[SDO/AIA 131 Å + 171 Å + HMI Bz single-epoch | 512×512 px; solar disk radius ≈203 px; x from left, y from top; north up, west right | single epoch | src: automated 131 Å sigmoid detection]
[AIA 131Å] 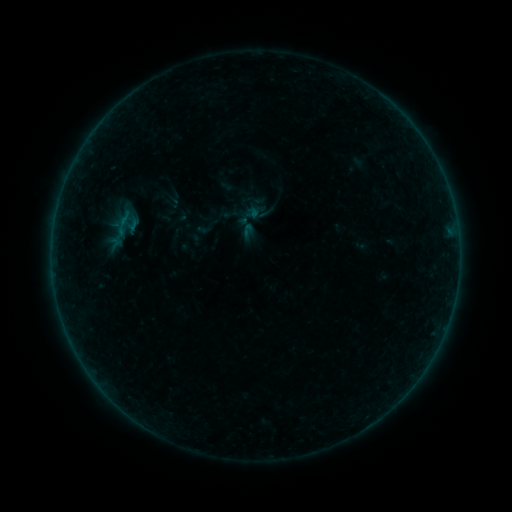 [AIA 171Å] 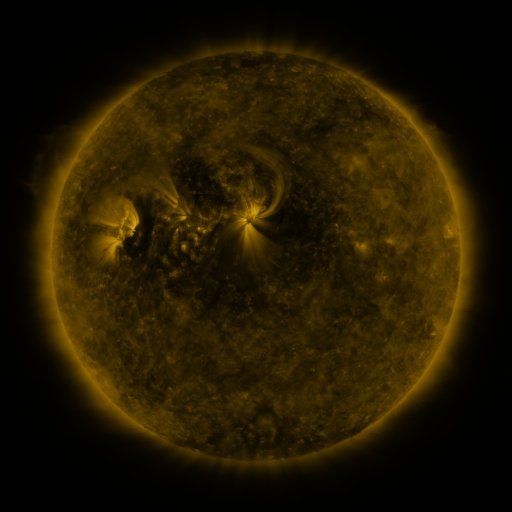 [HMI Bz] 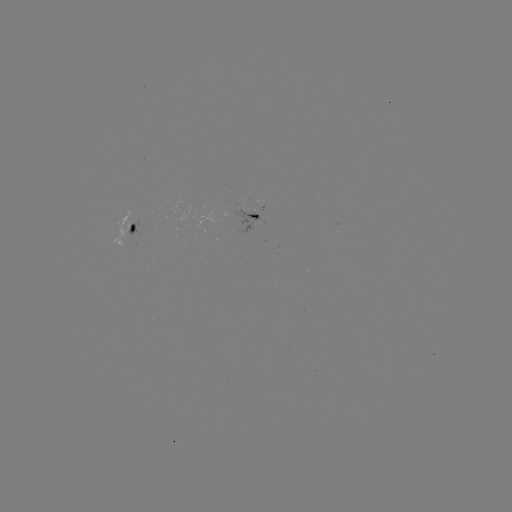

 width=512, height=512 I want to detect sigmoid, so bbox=[237, 222, 258, 243].